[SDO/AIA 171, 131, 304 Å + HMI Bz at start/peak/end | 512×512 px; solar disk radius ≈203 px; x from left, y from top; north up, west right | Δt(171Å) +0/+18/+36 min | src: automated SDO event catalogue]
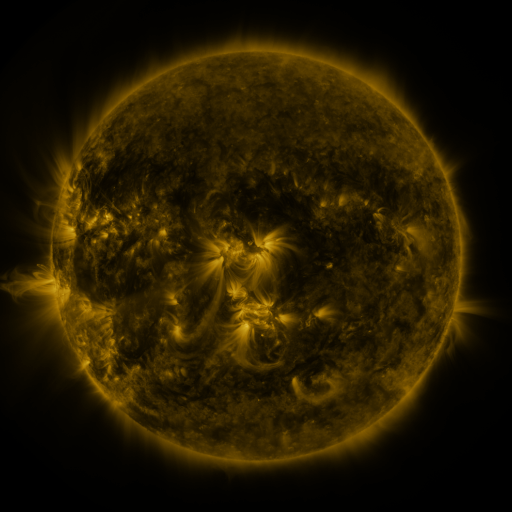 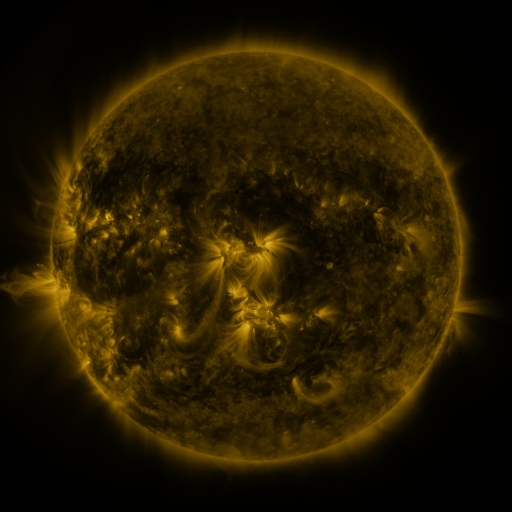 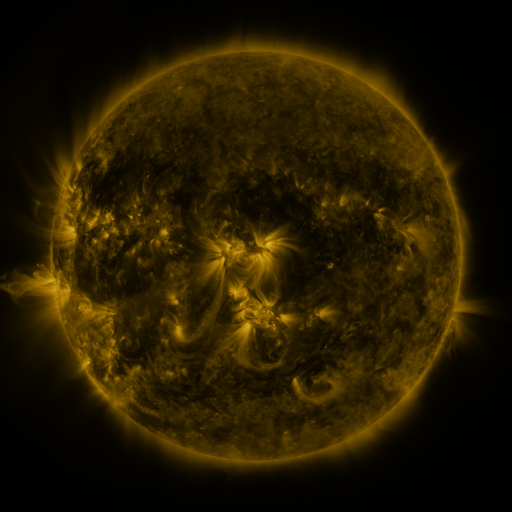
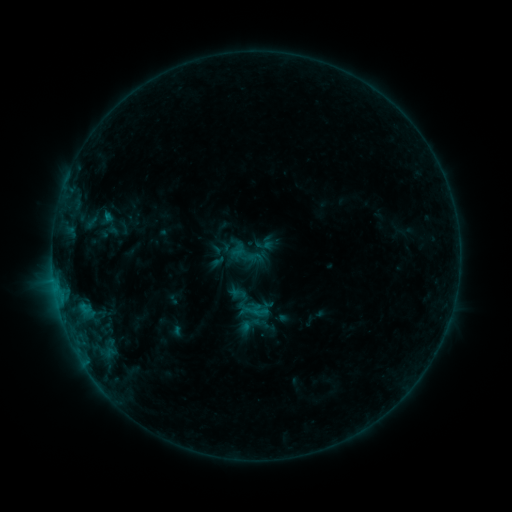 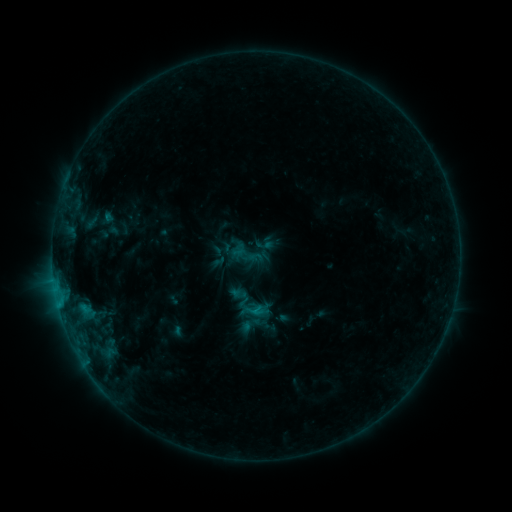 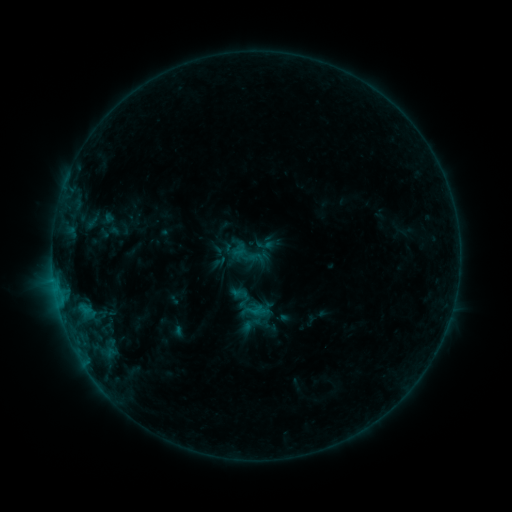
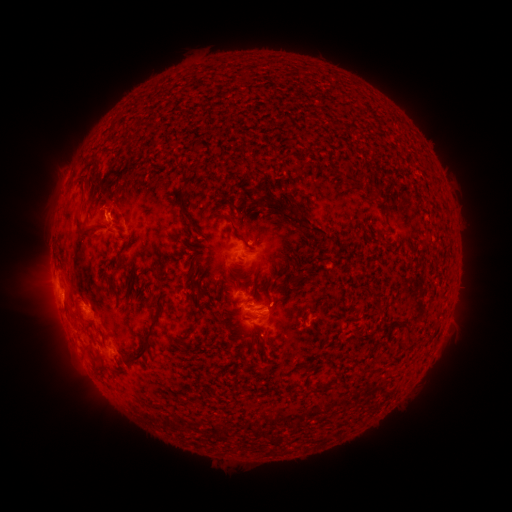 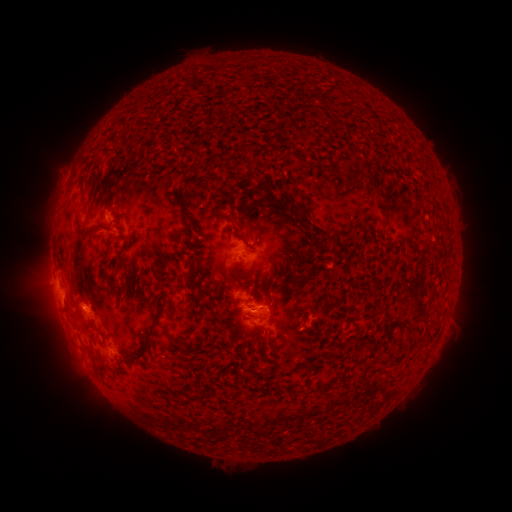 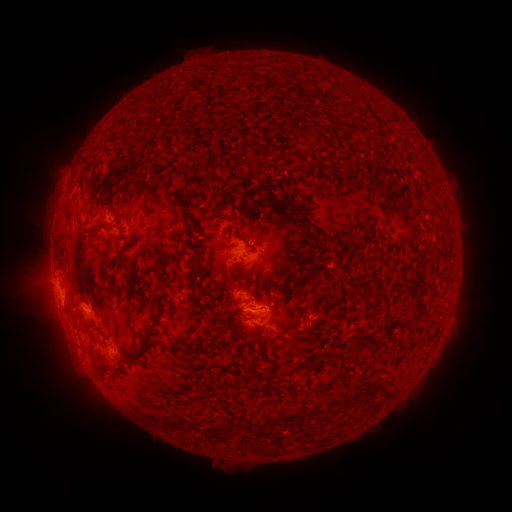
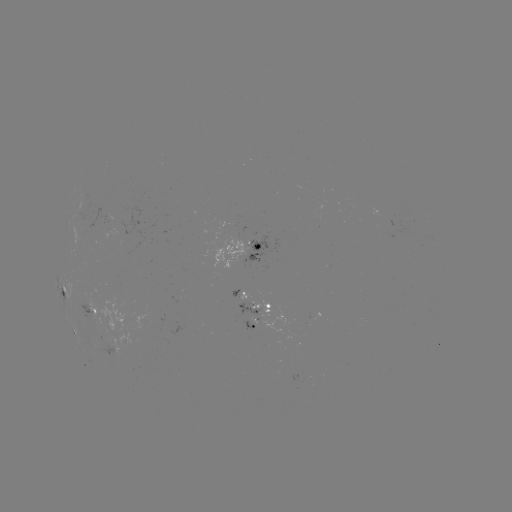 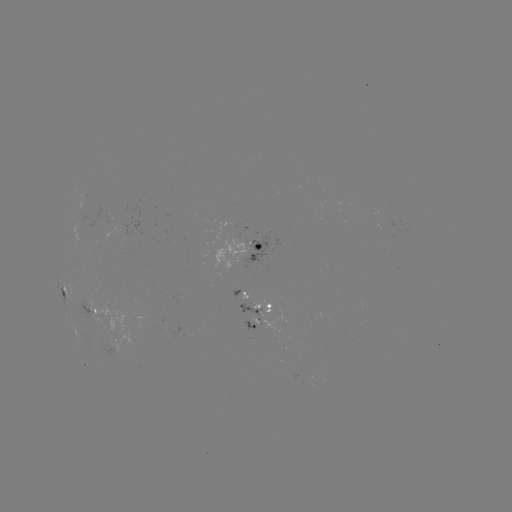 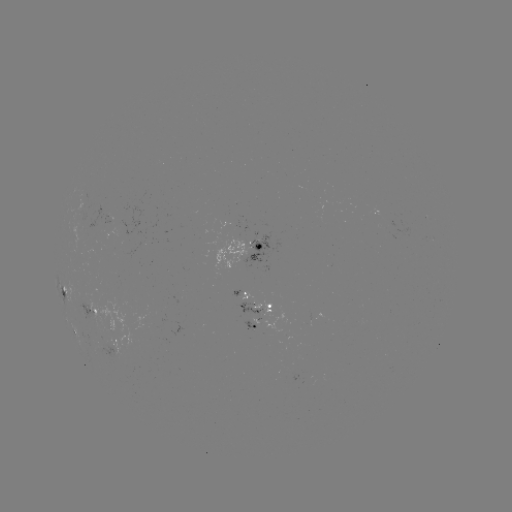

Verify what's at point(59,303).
B9.0 flare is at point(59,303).